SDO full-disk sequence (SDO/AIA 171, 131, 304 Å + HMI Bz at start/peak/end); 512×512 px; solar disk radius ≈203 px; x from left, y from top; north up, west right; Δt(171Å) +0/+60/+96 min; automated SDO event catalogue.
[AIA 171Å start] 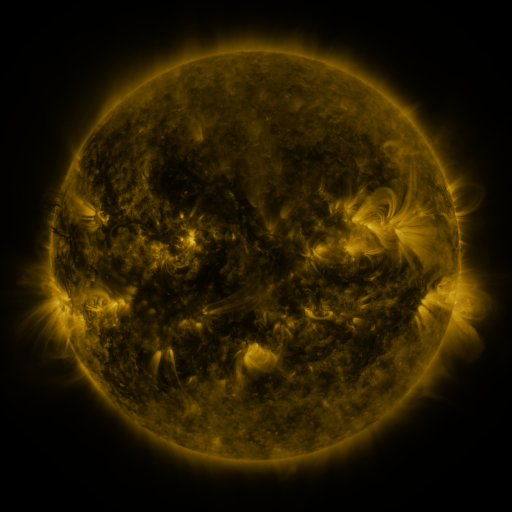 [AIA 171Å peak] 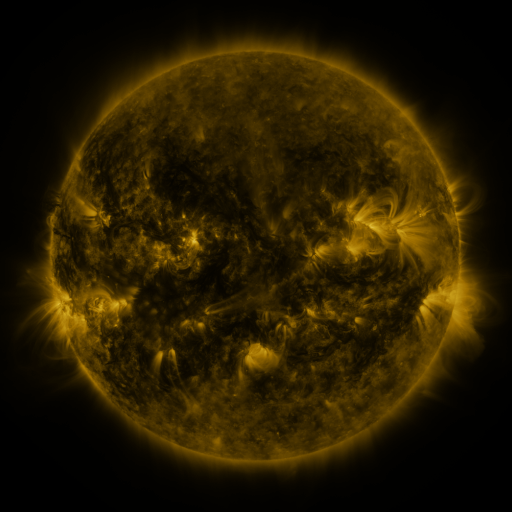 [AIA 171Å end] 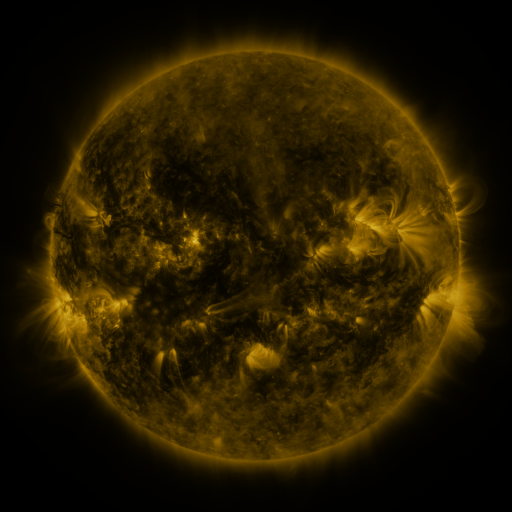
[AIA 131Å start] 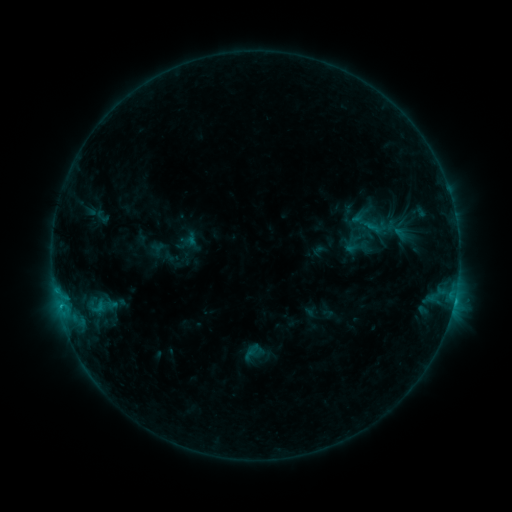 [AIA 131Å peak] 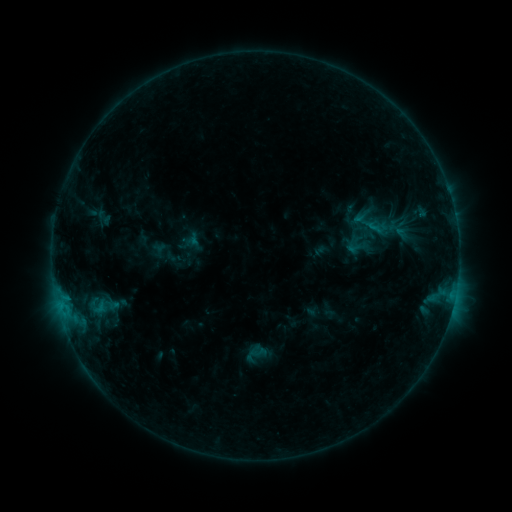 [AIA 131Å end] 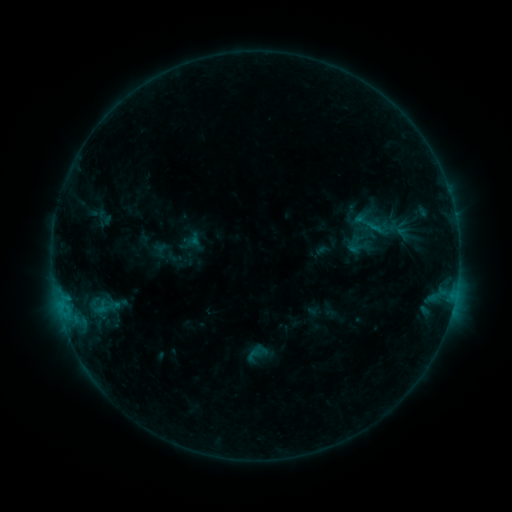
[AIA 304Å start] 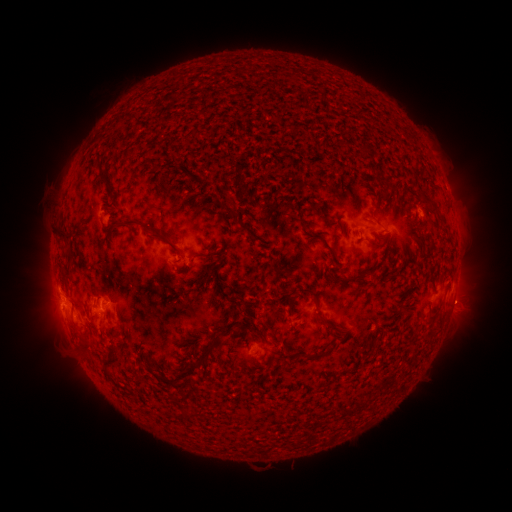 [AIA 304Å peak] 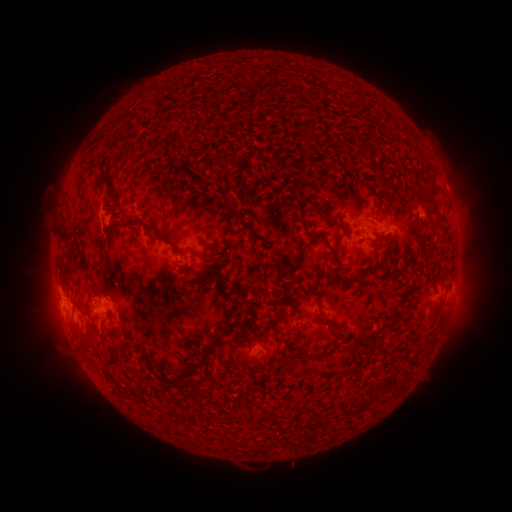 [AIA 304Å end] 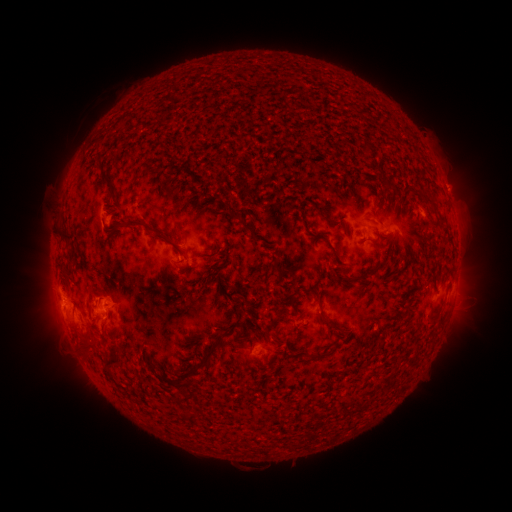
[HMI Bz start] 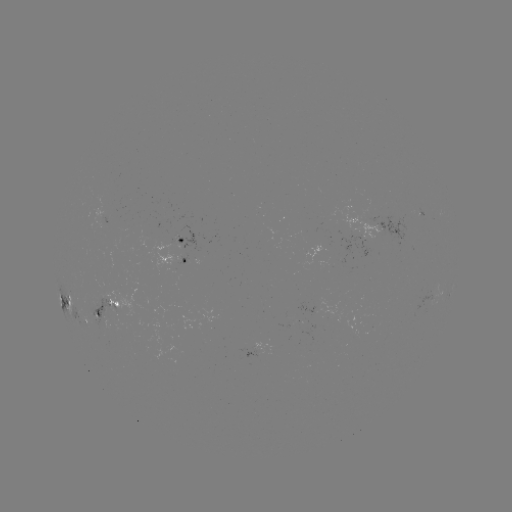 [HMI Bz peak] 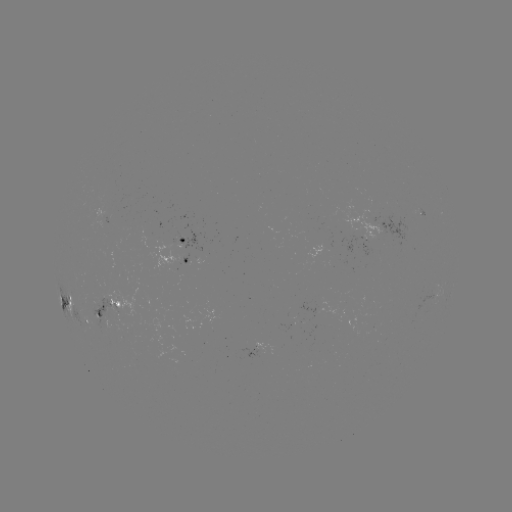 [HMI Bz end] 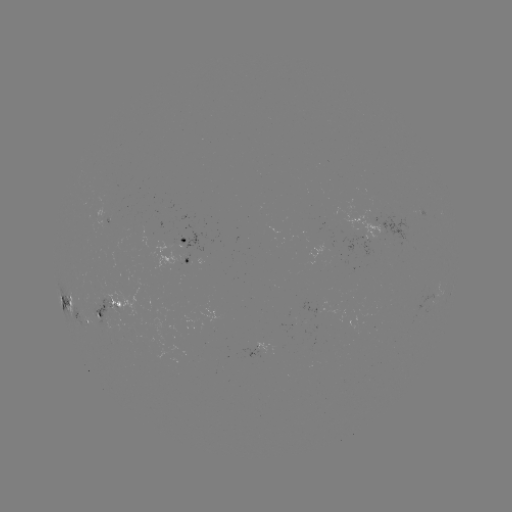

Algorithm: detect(emerging-flux region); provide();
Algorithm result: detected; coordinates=[360, 234]